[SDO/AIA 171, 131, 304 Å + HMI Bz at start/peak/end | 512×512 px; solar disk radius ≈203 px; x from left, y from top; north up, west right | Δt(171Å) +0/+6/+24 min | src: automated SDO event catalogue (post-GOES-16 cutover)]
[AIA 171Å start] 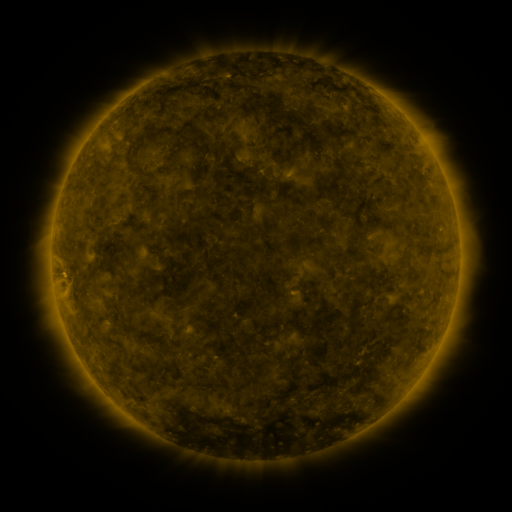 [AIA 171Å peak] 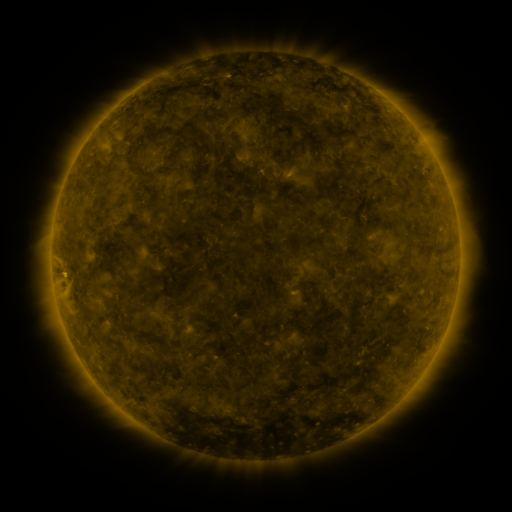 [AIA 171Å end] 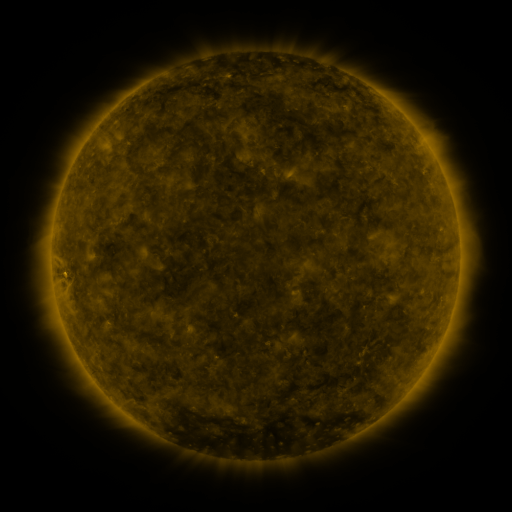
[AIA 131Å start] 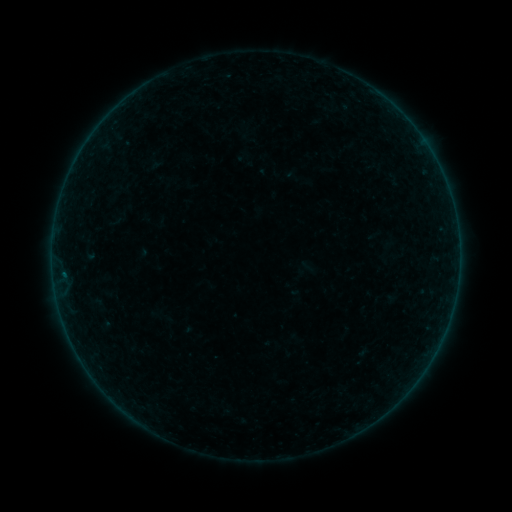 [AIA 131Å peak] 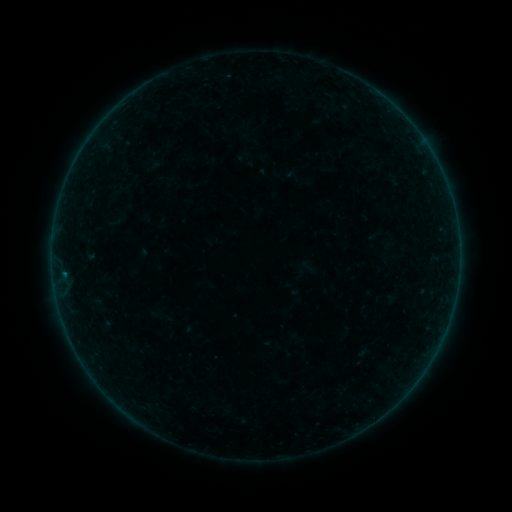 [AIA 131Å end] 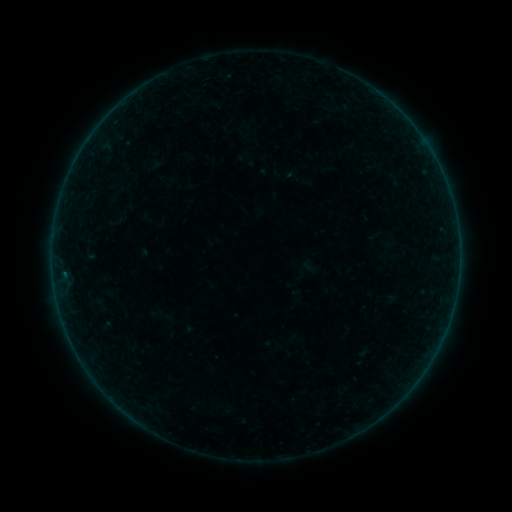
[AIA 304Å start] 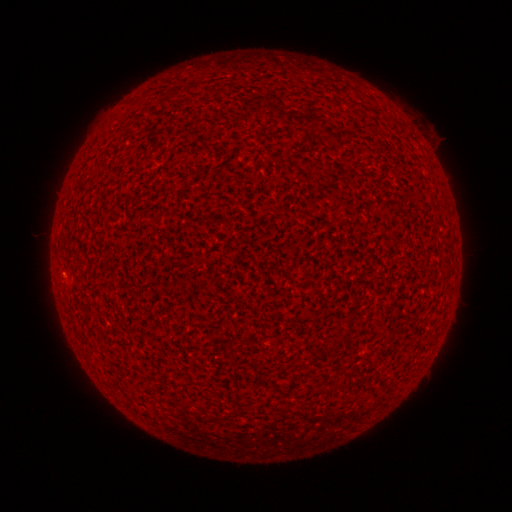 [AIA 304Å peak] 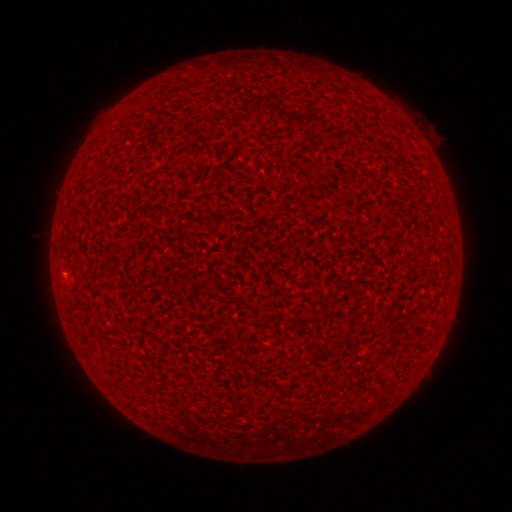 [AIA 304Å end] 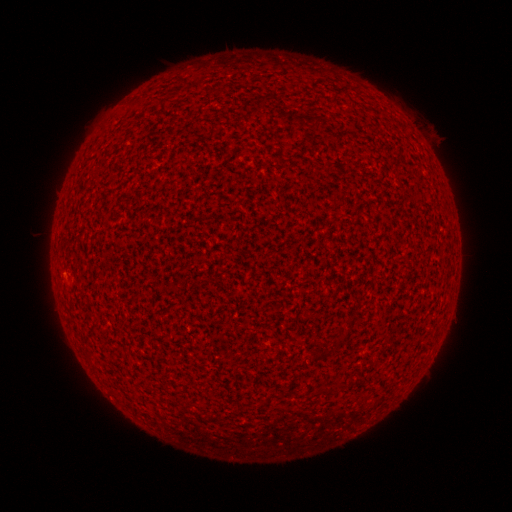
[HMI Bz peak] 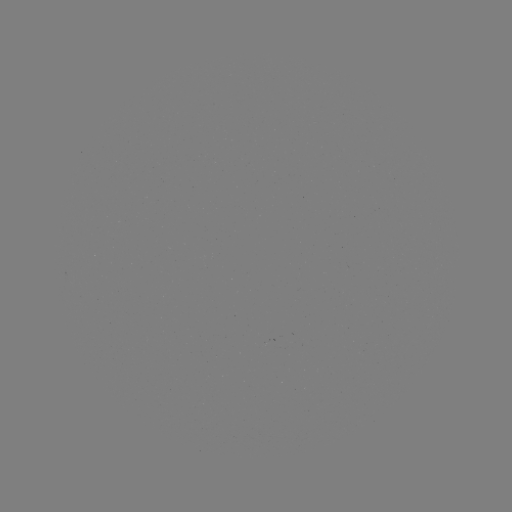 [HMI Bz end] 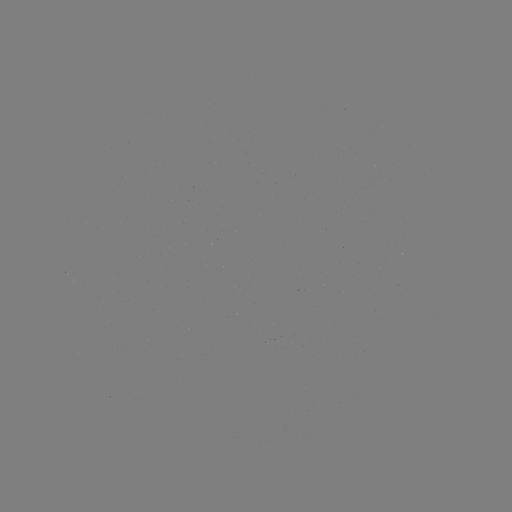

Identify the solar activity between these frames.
A7.2 flare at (64, 271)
